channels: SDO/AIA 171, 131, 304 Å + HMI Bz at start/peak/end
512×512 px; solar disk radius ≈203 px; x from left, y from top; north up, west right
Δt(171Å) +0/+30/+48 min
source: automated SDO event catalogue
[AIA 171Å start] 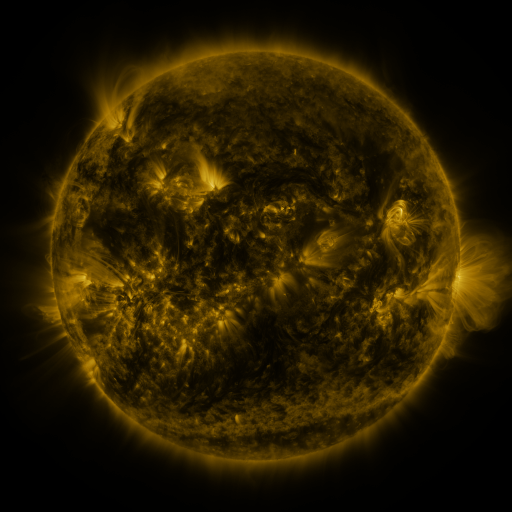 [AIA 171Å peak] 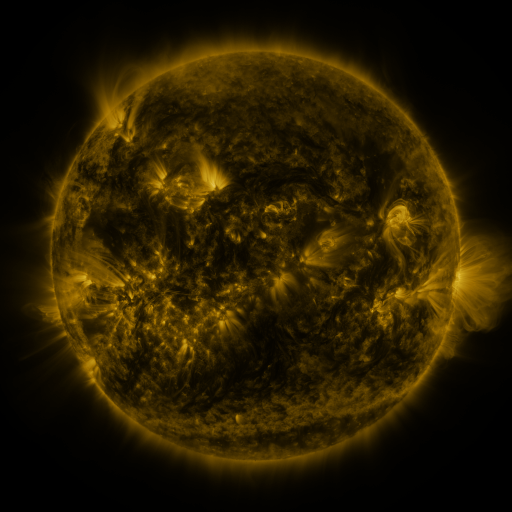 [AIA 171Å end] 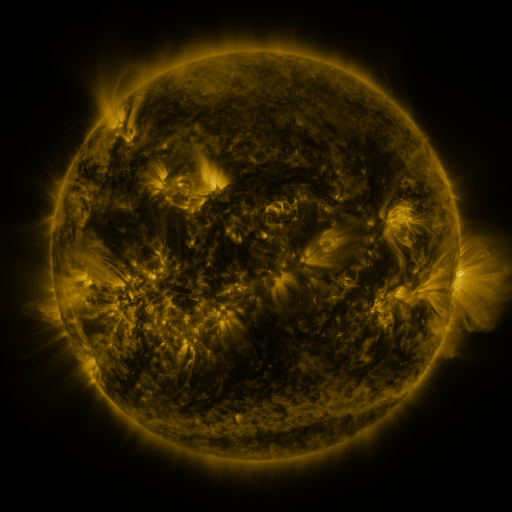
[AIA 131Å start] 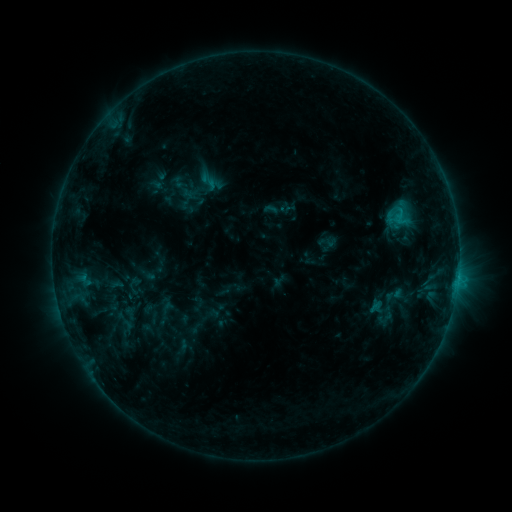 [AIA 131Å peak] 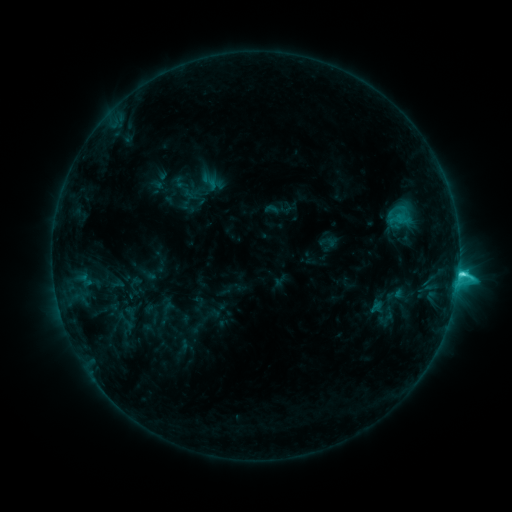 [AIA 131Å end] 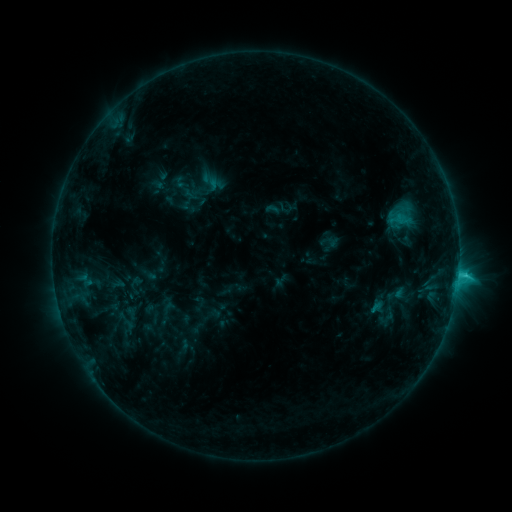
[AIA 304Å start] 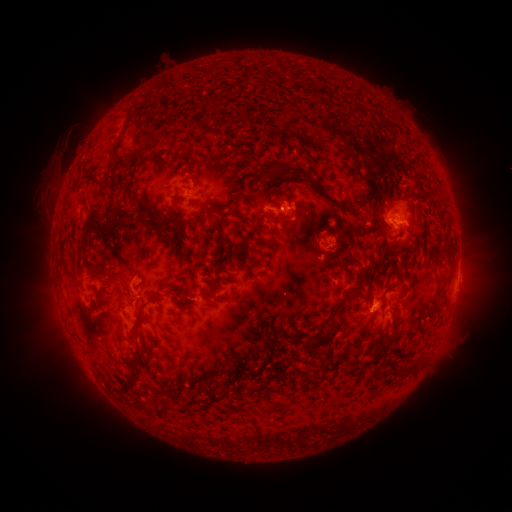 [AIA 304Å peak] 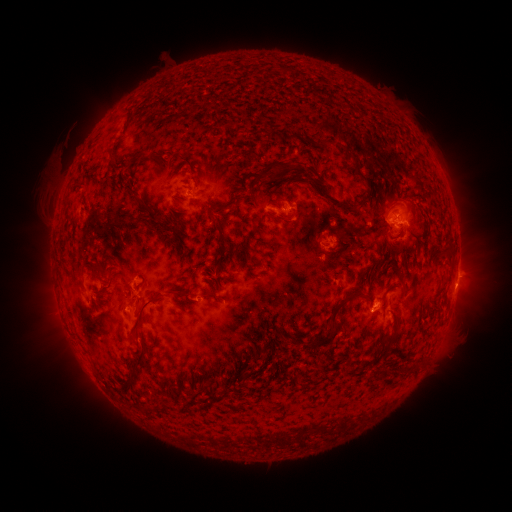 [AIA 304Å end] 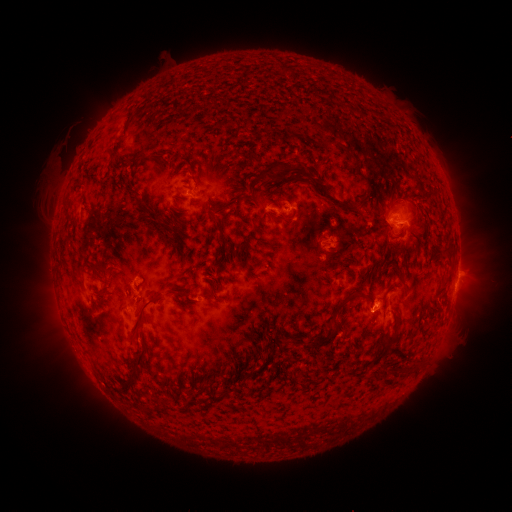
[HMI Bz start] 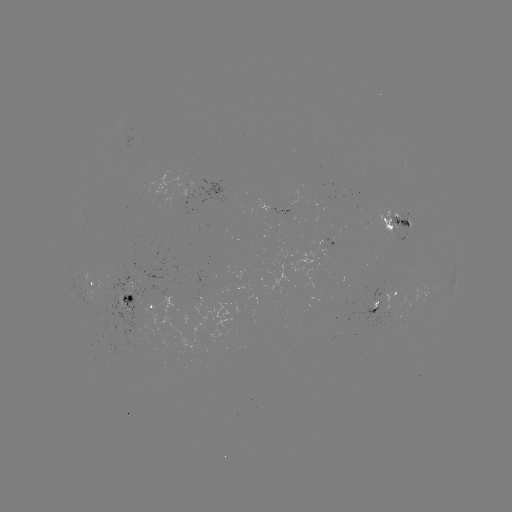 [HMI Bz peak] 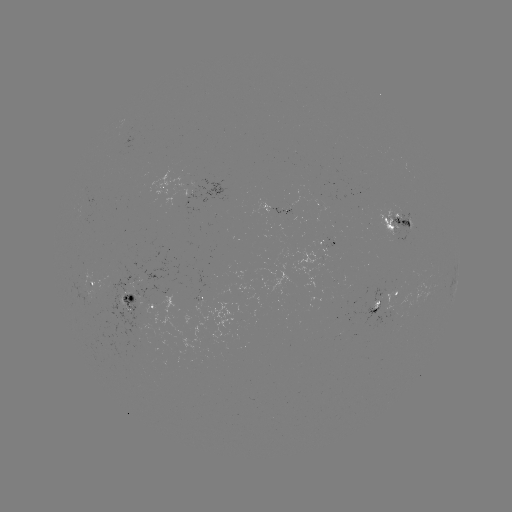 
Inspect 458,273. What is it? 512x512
C4.2 flare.